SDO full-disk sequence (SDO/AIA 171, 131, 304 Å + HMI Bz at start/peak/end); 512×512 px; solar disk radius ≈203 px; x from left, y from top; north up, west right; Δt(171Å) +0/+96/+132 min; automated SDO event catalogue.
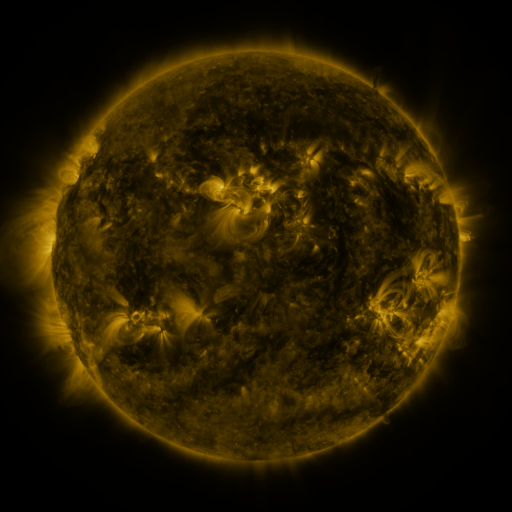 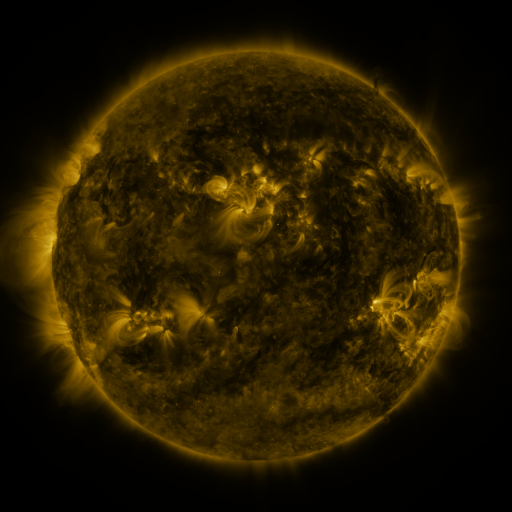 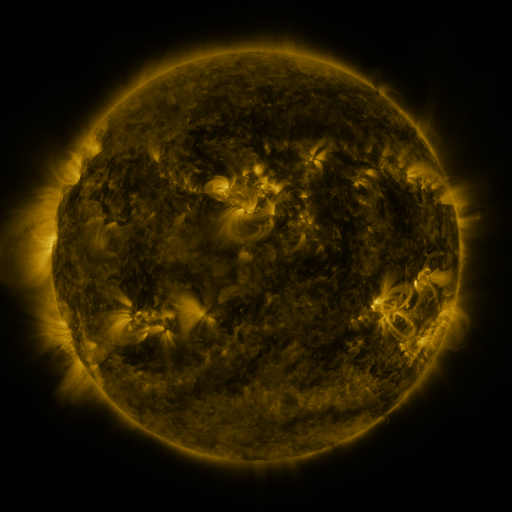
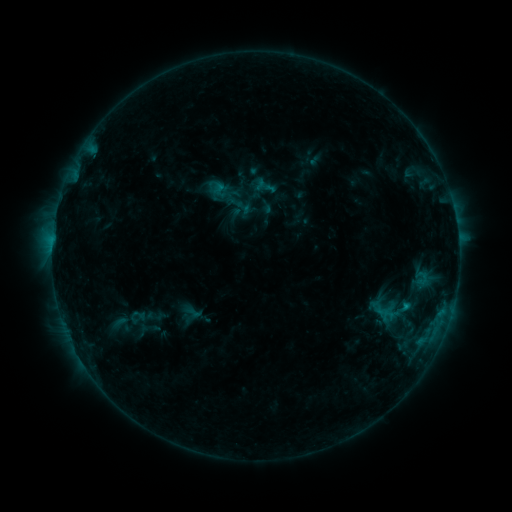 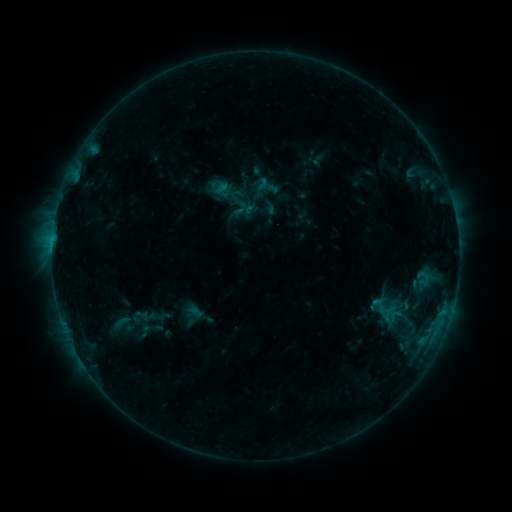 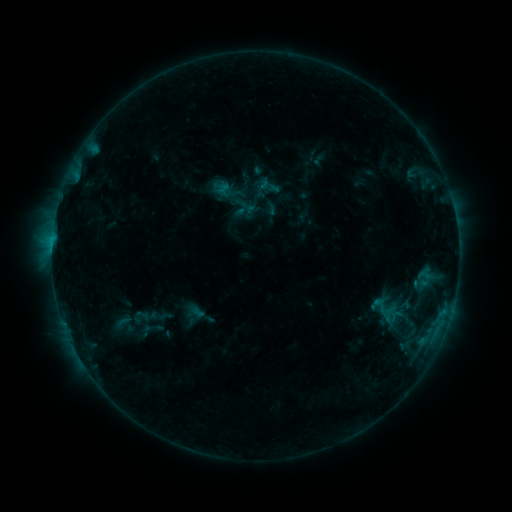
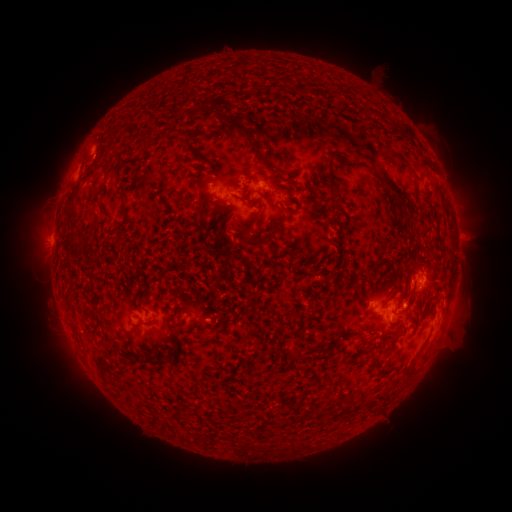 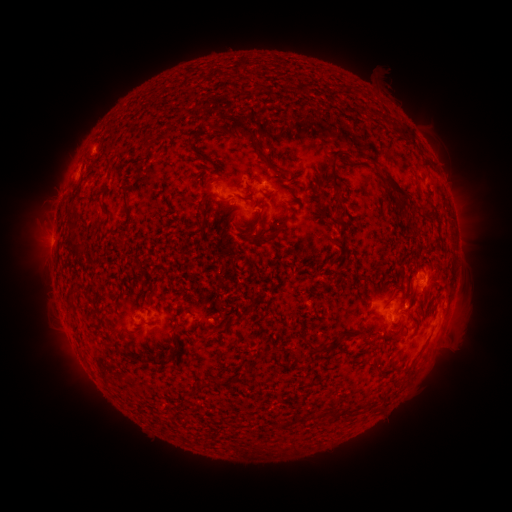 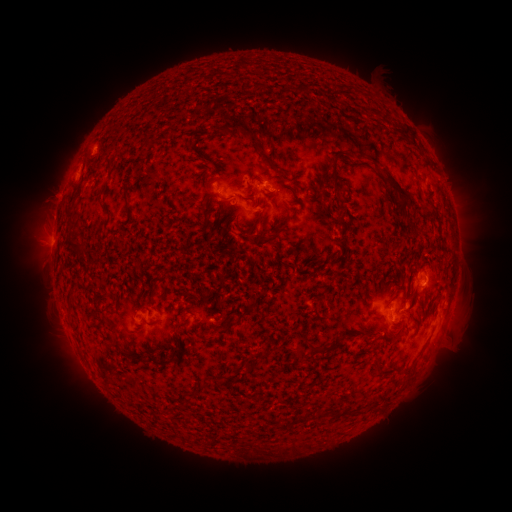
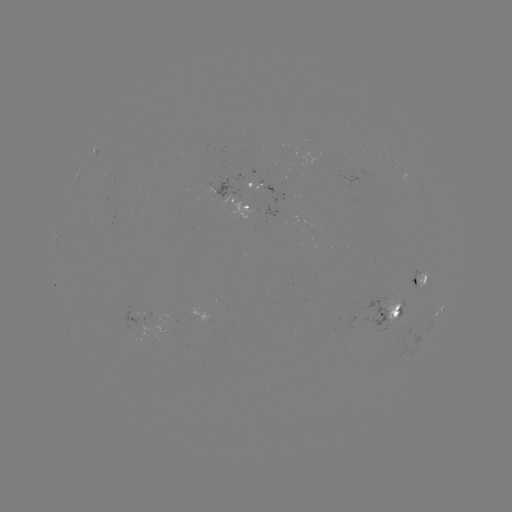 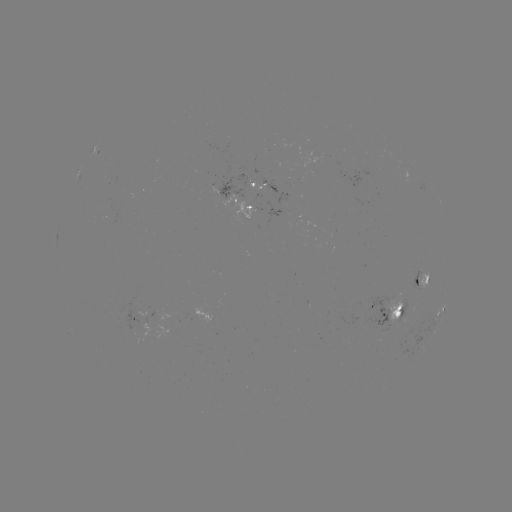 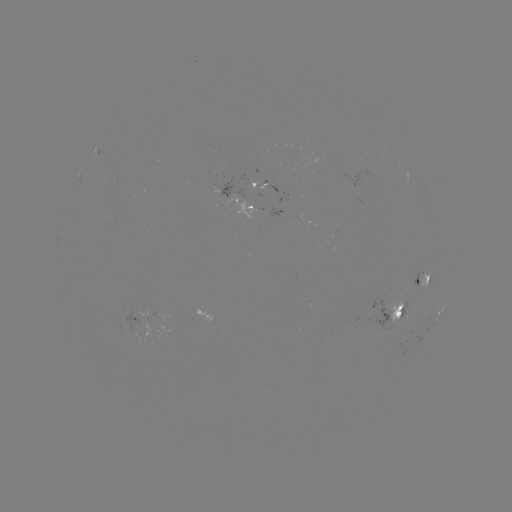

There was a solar emerging-flux region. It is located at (385, 320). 